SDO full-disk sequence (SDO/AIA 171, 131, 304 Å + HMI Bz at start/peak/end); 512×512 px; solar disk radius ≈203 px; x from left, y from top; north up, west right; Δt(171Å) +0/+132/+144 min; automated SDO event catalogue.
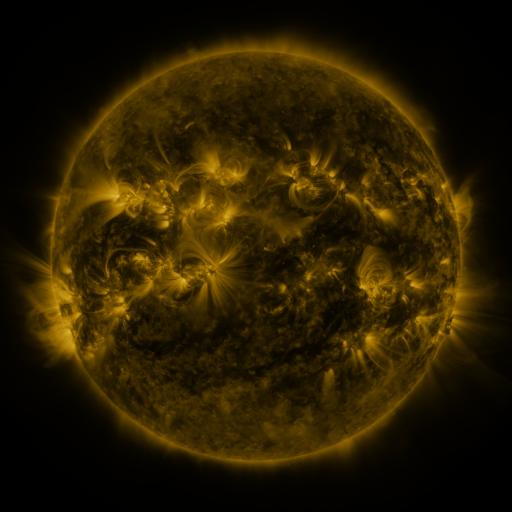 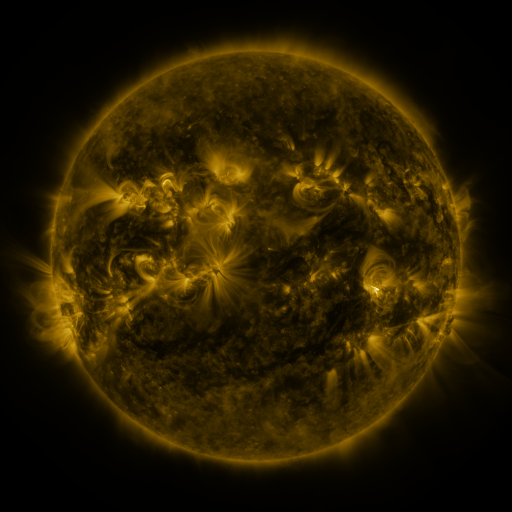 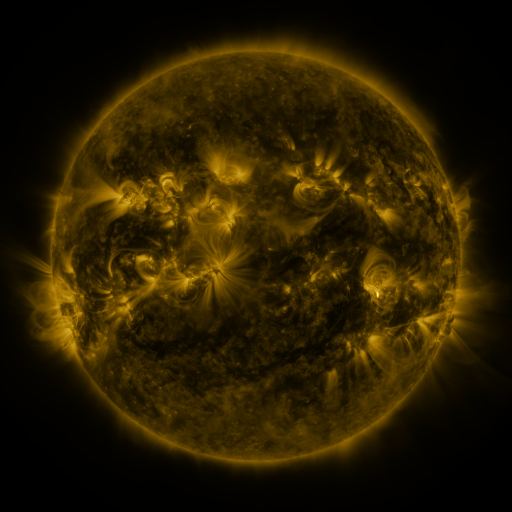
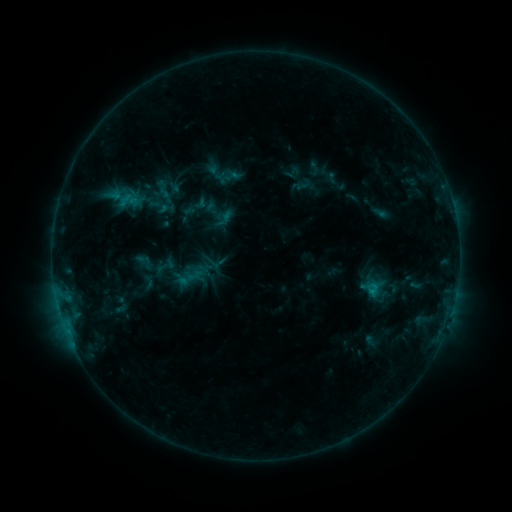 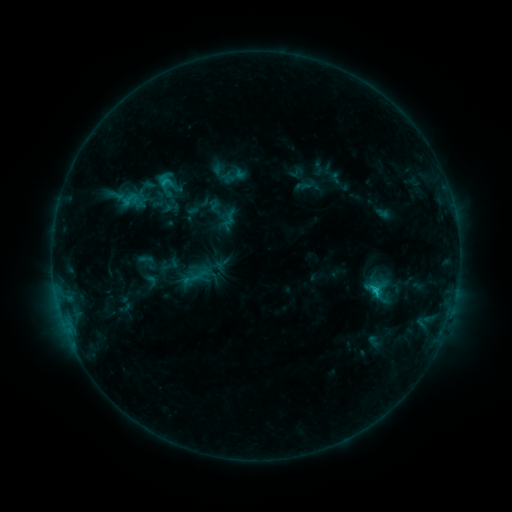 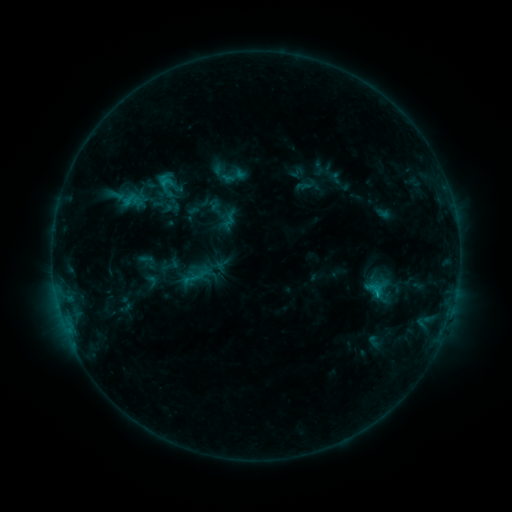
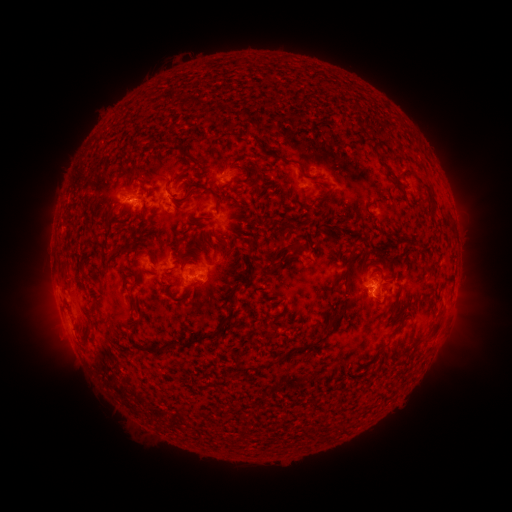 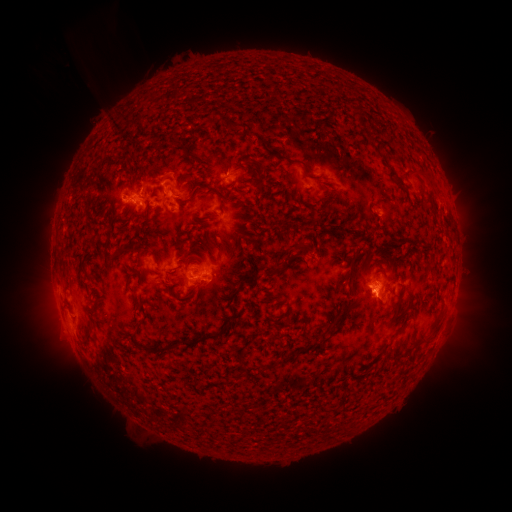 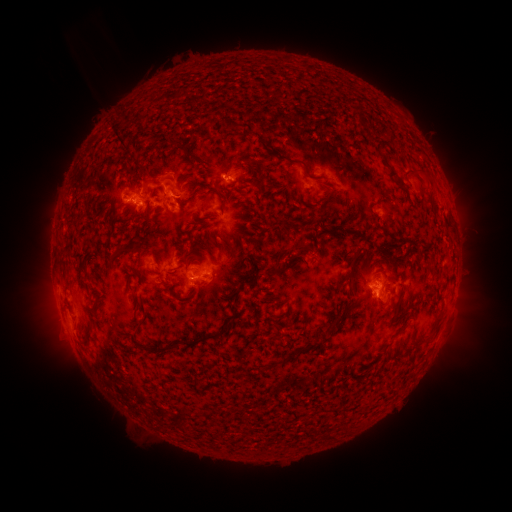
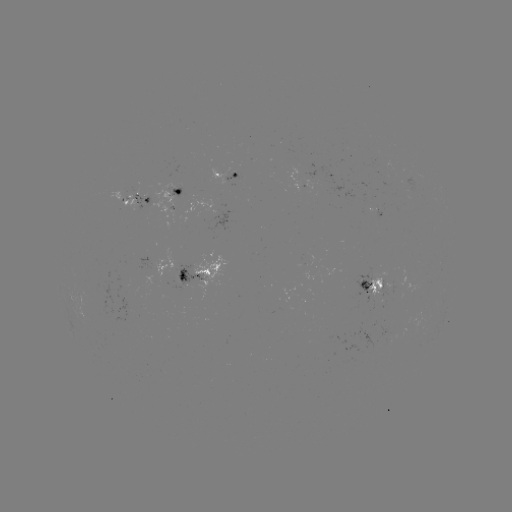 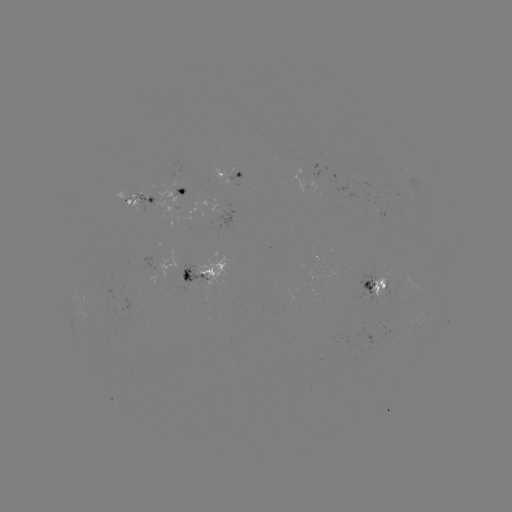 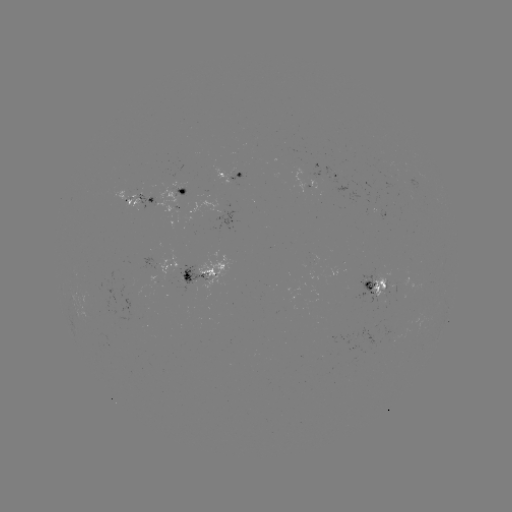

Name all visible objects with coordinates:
emerging-flux region: (377, 277)
